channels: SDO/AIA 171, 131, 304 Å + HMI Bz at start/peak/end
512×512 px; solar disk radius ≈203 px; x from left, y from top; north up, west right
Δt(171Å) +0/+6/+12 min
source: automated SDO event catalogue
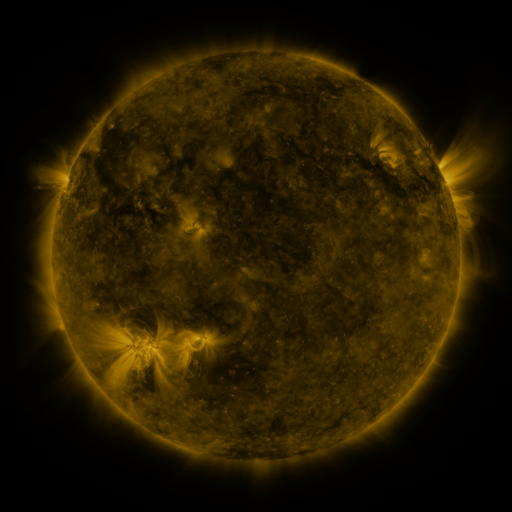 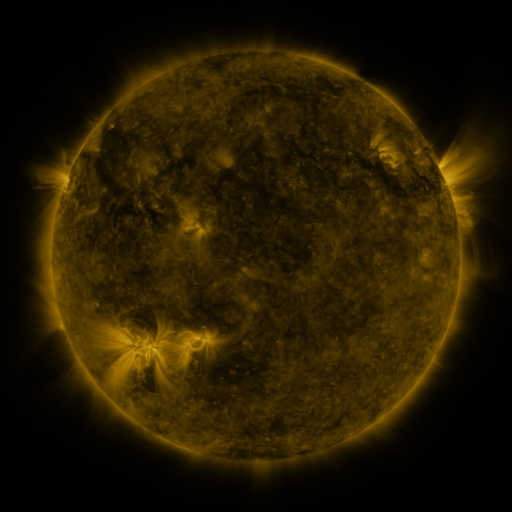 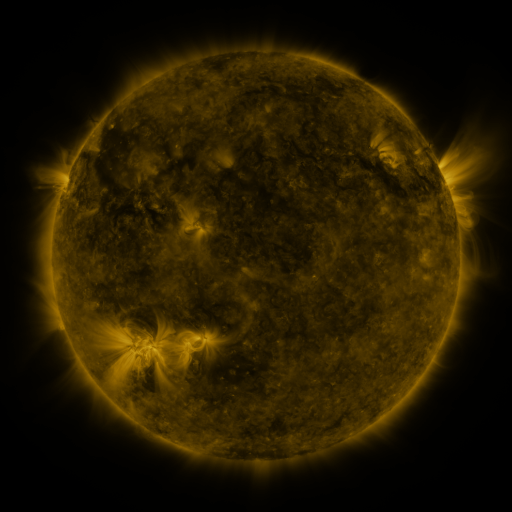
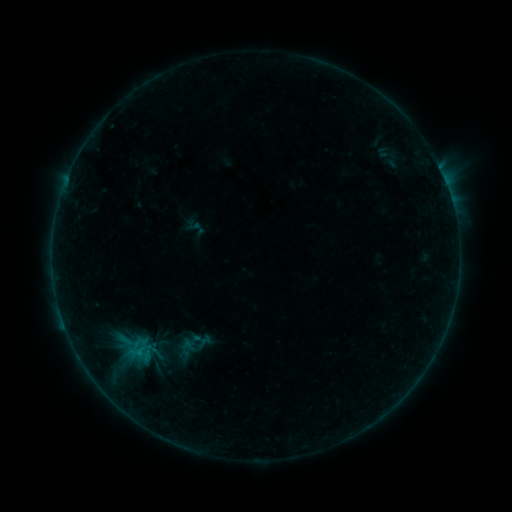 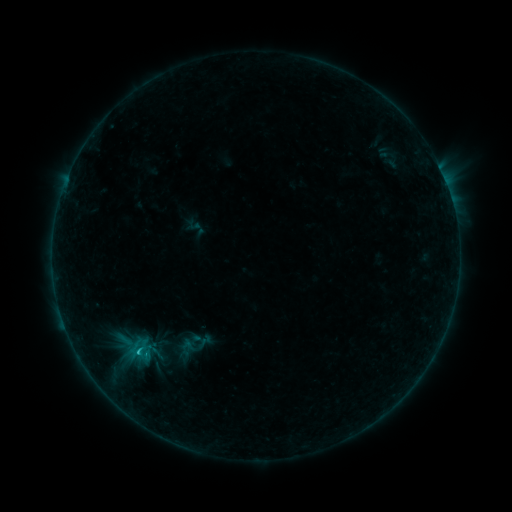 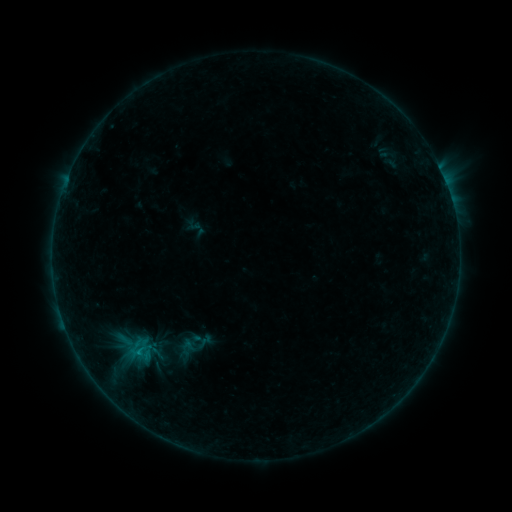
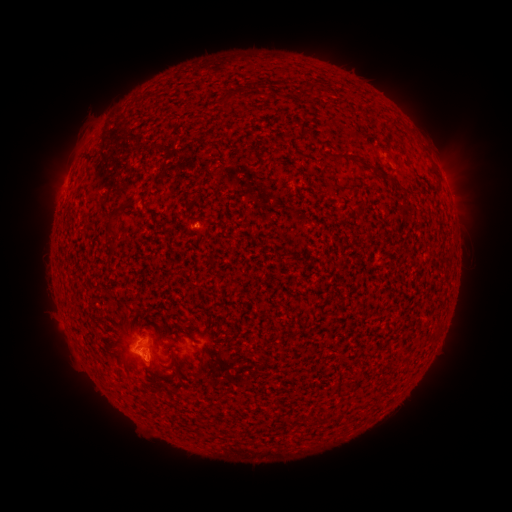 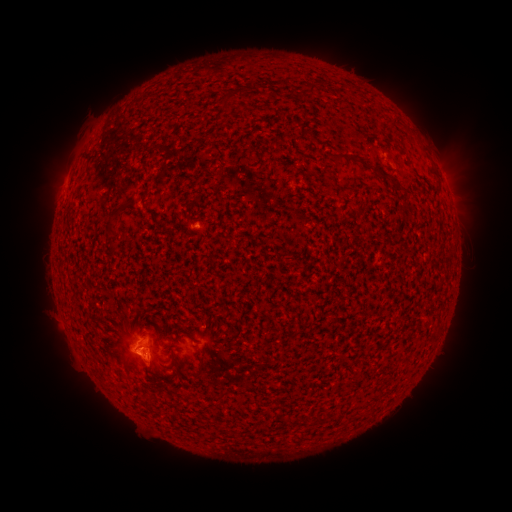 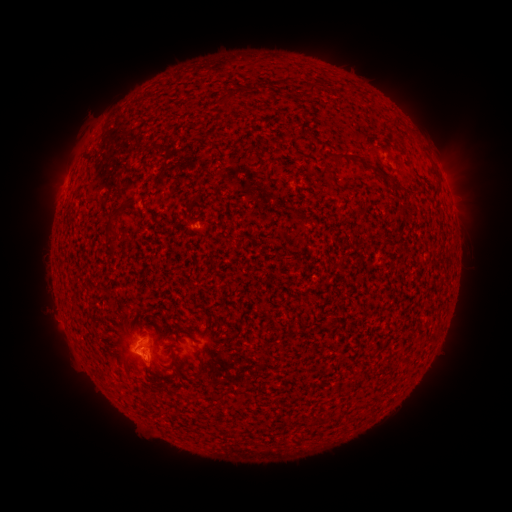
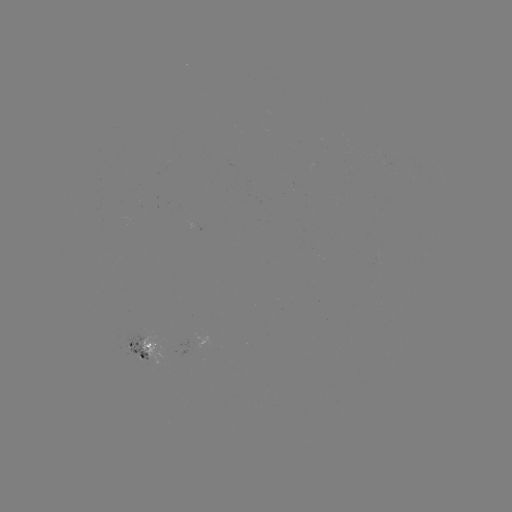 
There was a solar flare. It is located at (155, 173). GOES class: B5.9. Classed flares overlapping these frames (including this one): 1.